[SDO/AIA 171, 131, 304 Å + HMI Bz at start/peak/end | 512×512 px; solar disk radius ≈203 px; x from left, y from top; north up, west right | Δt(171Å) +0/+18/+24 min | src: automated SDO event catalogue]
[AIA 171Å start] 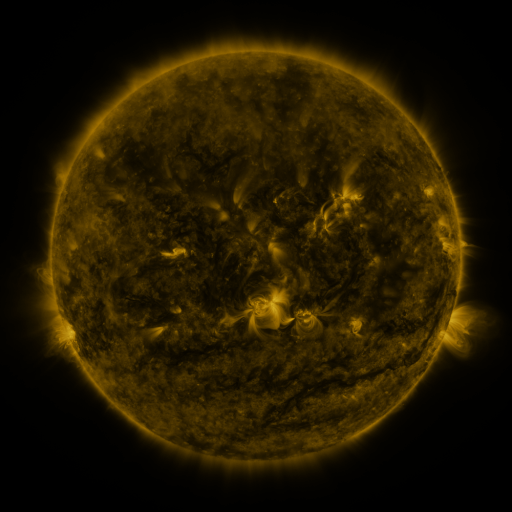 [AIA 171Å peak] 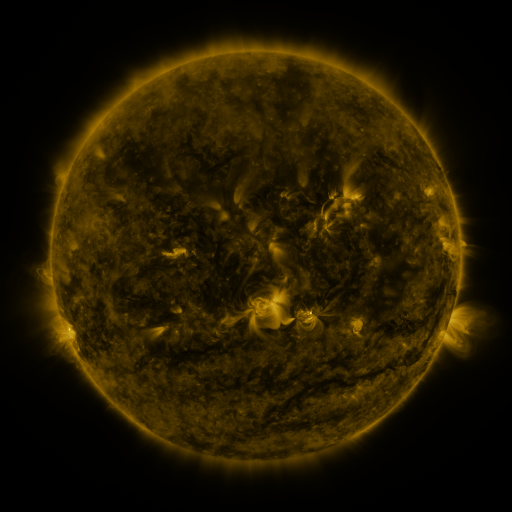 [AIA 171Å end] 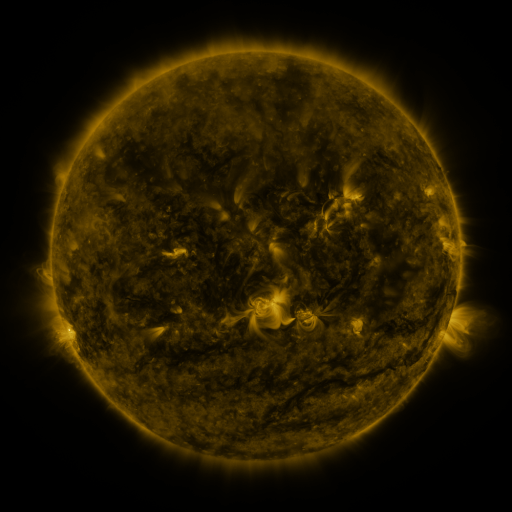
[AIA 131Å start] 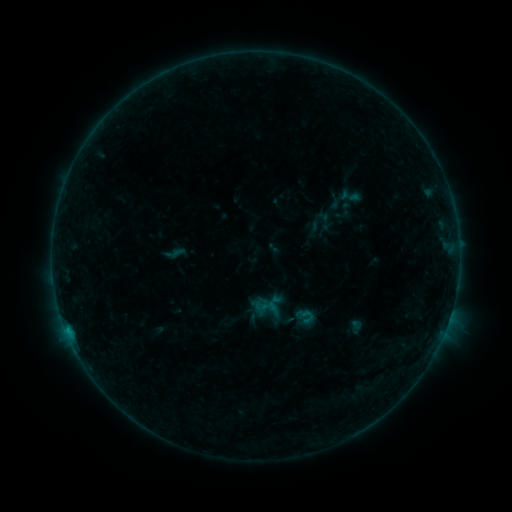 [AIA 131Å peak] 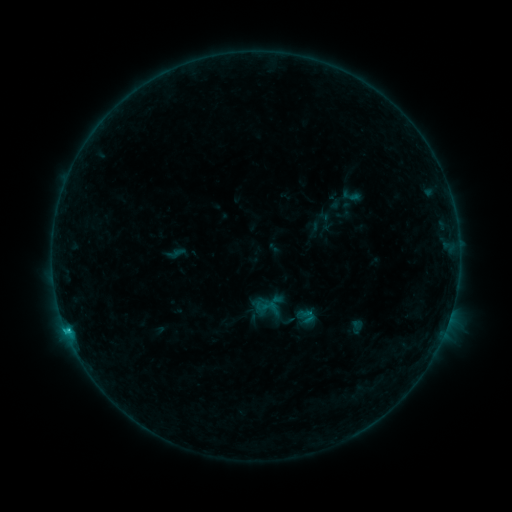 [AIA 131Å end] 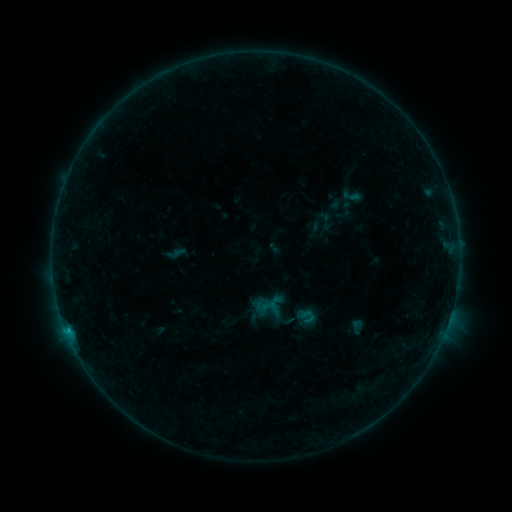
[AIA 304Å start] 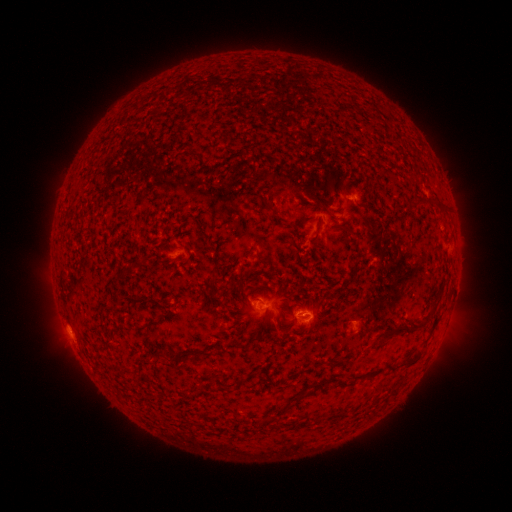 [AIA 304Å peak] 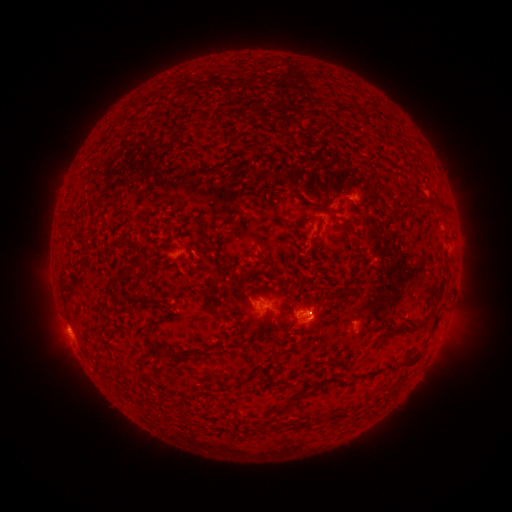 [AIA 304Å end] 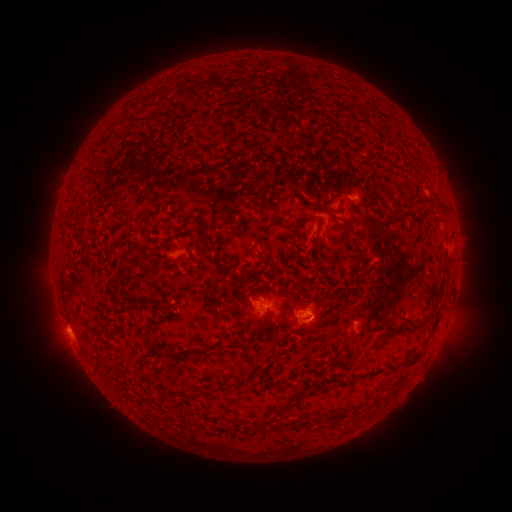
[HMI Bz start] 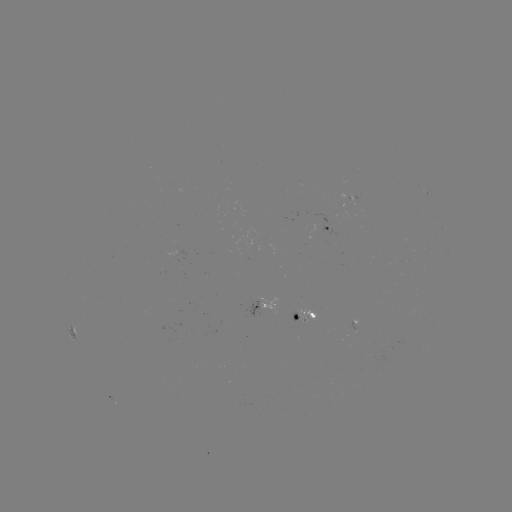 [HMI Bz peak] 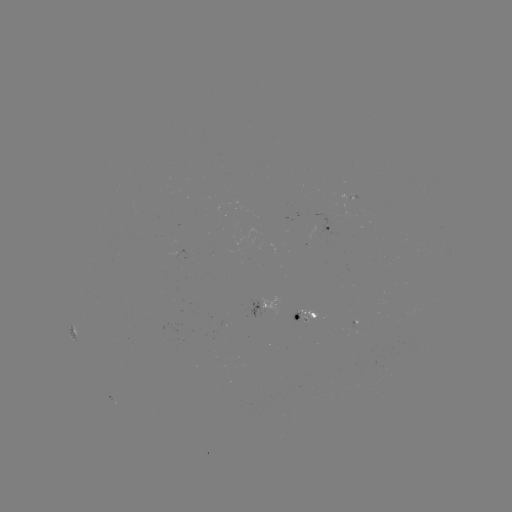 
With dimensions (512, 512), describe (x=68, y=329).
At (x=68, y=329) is B6.7 flare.